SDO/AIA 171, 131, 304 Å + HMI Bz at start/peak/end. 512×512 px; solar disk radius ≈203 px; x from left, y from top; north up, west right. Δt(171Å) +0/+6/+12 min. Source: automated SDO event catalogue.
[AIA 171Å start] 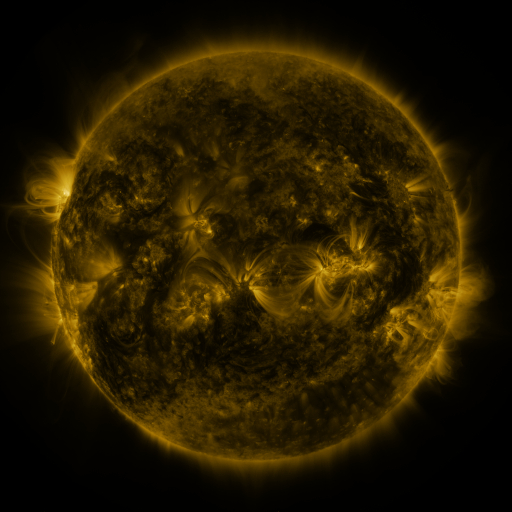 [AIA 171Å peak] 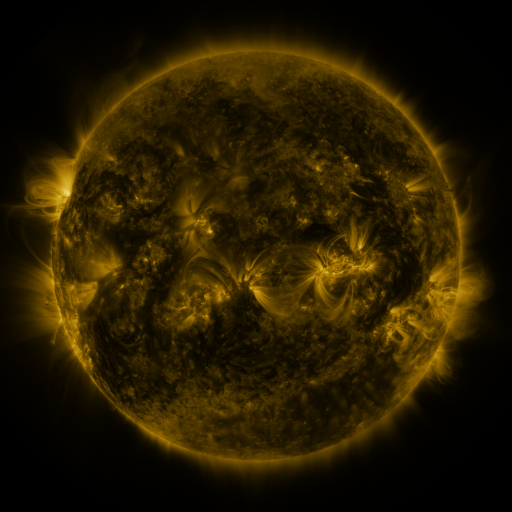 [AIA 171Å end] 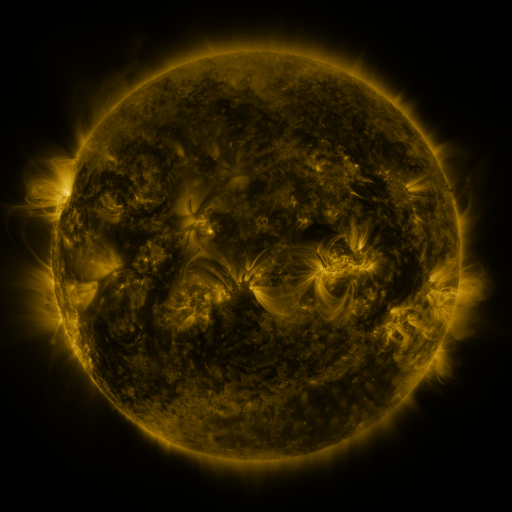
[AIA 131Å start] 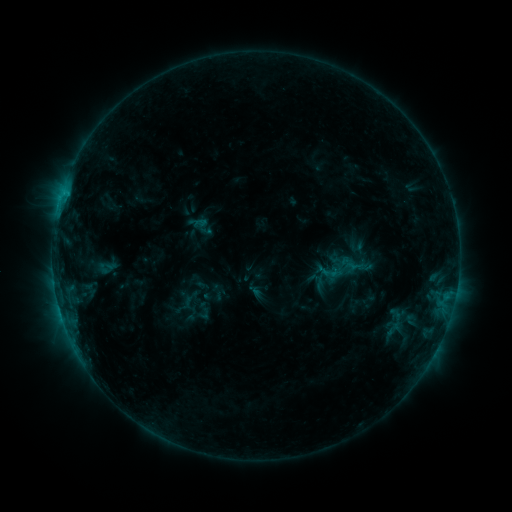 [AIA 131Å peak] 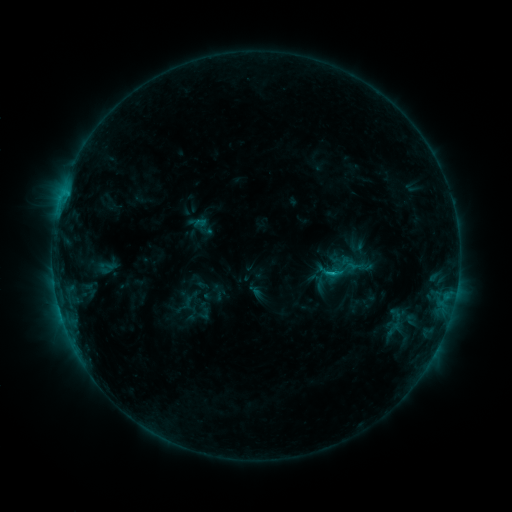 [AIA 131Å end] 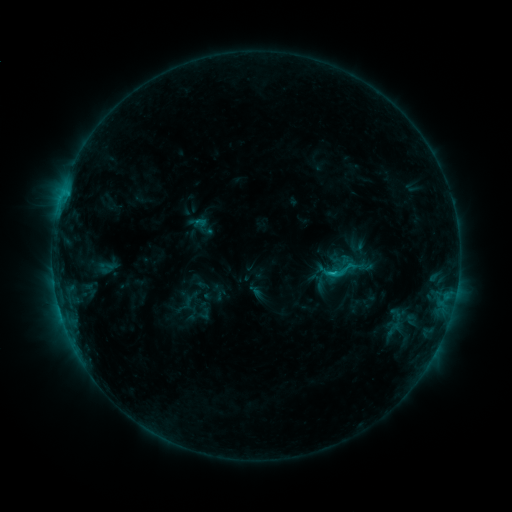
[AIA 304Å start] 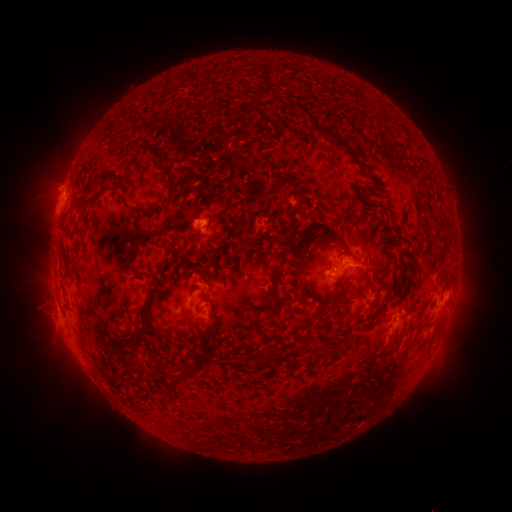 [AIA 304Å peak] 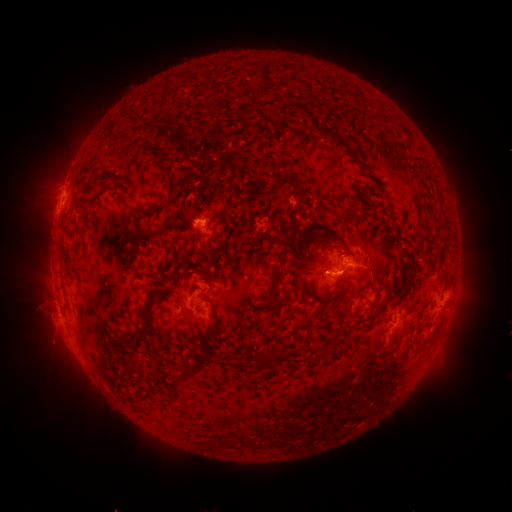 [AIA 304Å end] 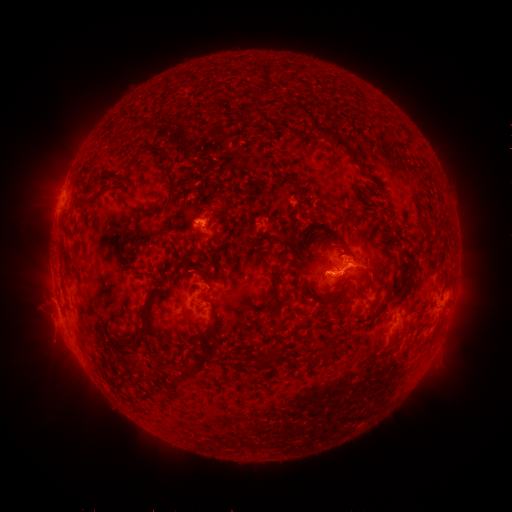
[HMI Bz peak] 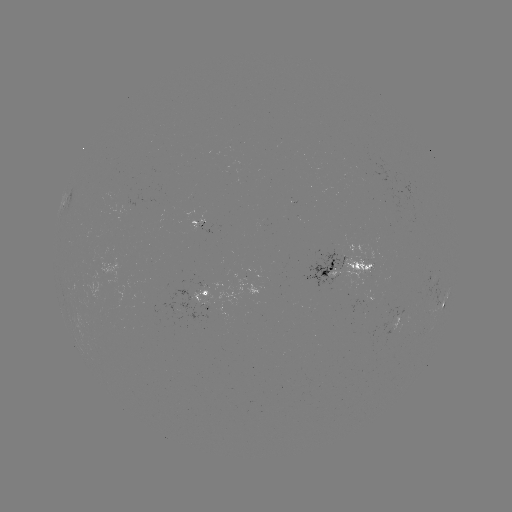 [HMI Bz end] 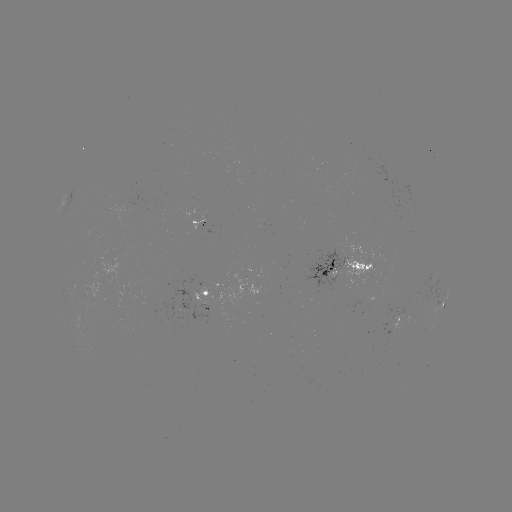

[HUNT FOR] C1.7 flare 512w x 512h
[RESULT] (331, 272)